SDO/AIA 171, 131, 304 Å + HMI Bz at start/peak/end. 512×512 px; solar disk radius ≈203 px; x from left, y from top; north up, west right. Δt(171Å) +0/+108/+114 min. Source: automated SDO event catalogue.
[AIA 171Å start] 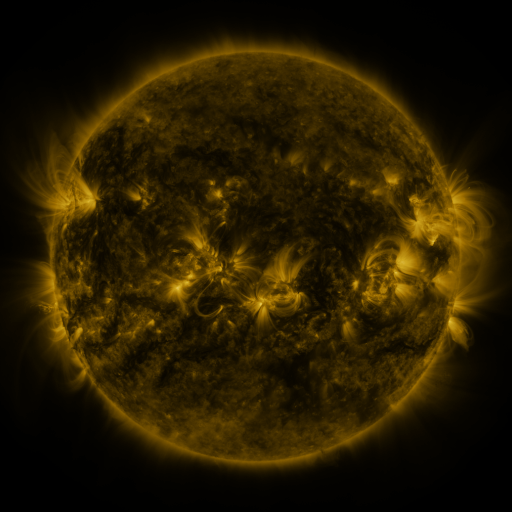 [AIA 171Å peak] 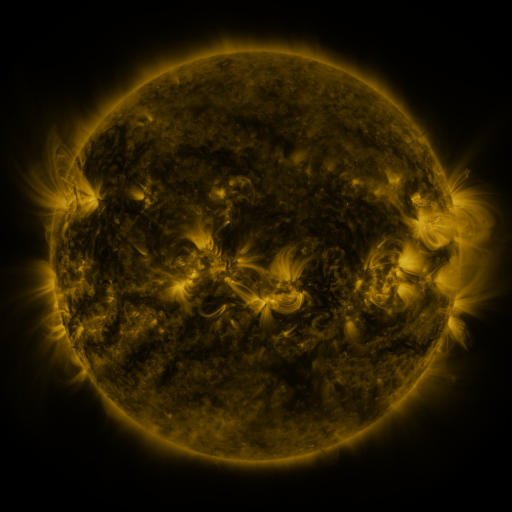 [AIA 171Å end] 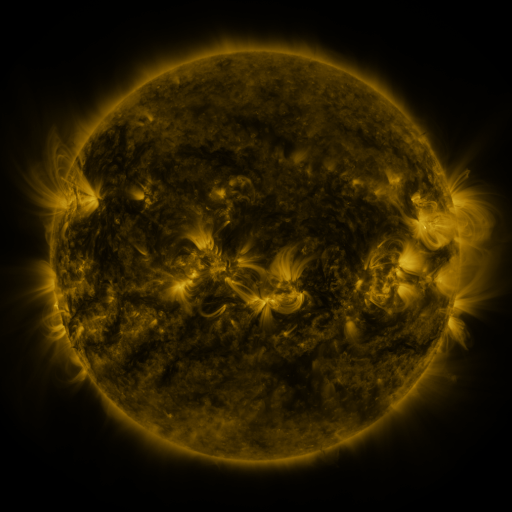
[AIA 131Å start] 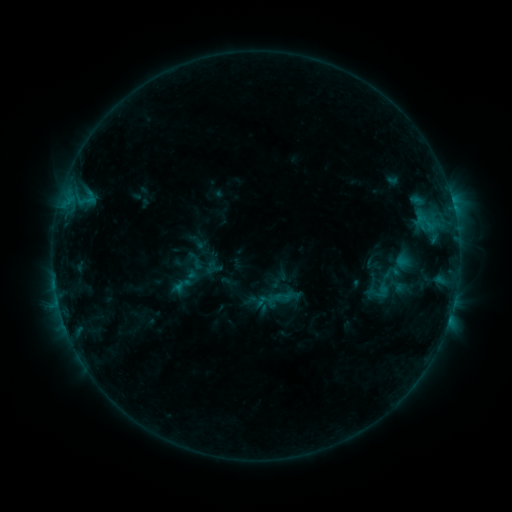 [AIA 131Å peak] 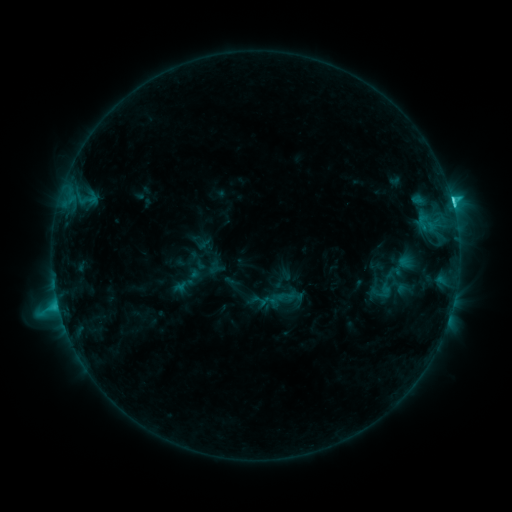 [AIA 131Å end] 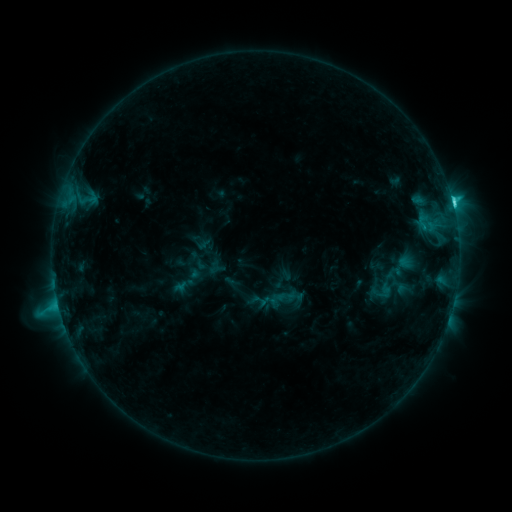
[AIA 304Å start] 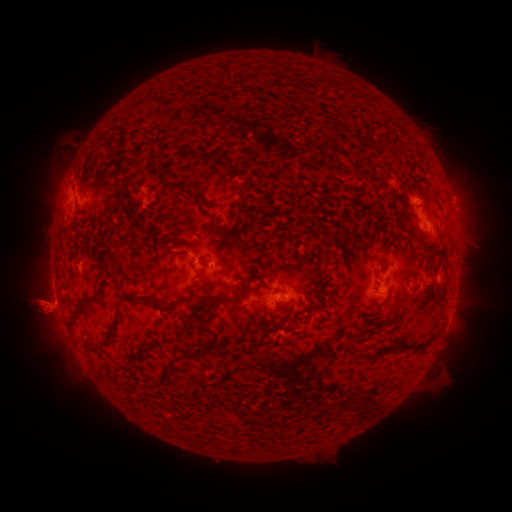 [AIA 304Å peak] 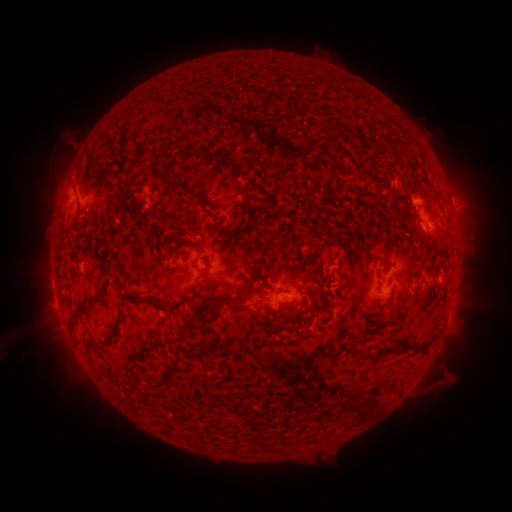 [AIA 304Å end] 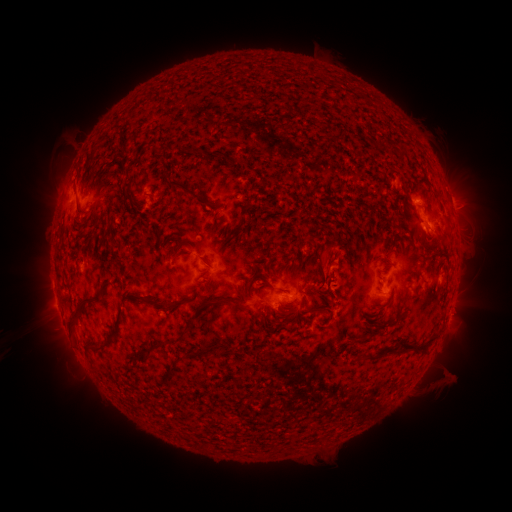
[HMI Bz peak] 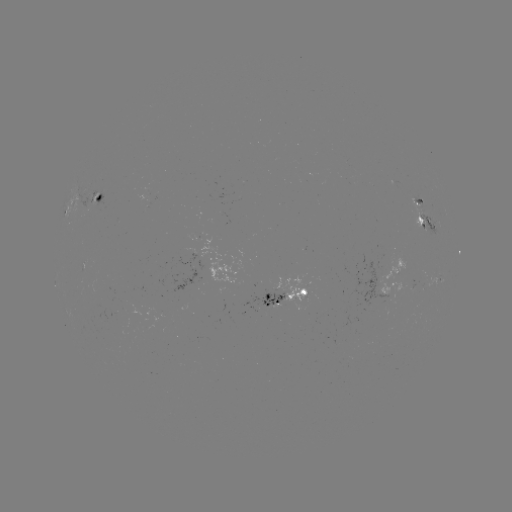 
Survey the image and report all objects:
C5.0 flare: (451, 202)
